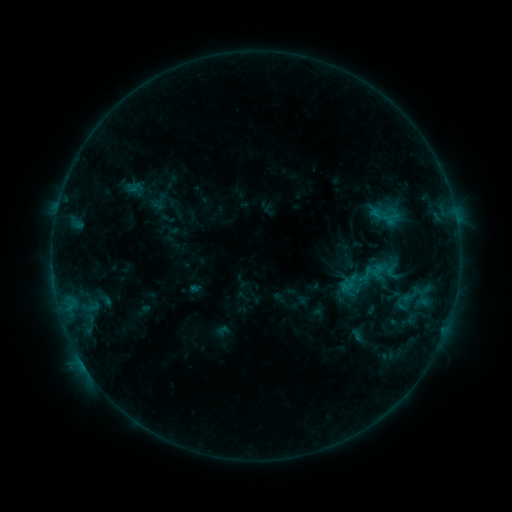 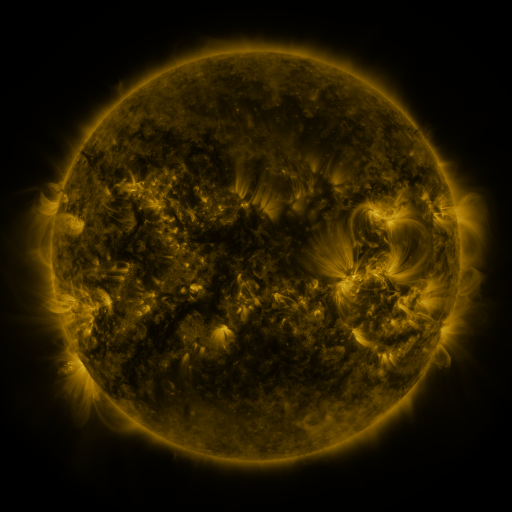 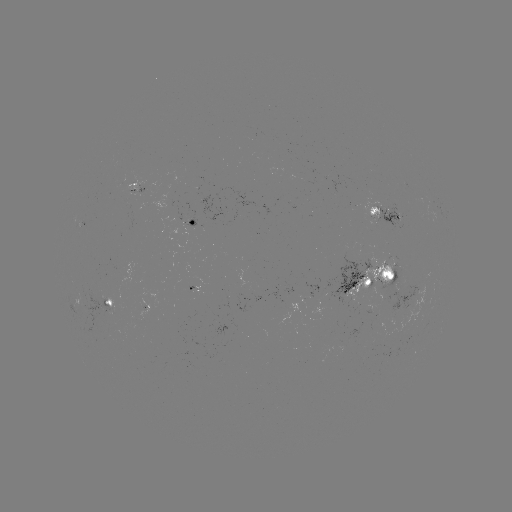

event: sigmoid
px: (391, 204)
